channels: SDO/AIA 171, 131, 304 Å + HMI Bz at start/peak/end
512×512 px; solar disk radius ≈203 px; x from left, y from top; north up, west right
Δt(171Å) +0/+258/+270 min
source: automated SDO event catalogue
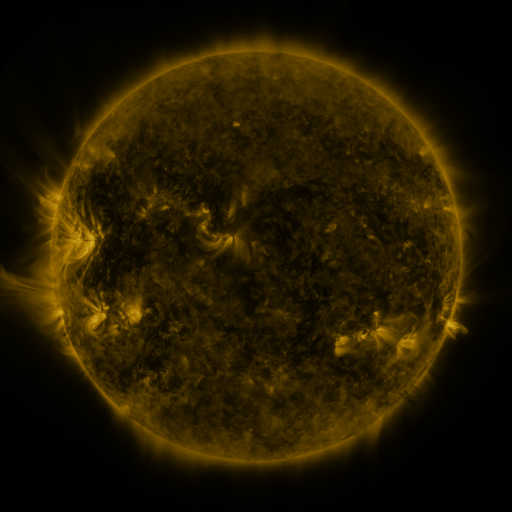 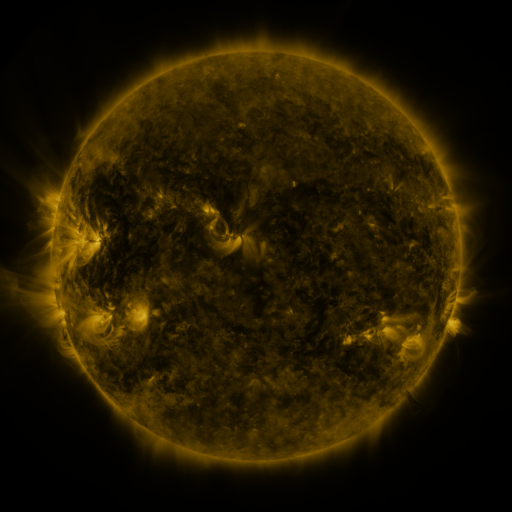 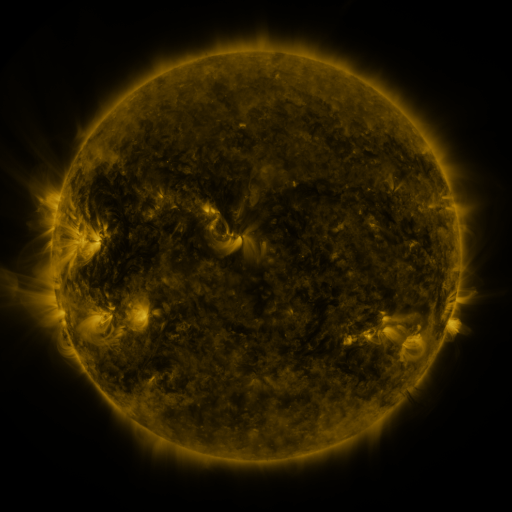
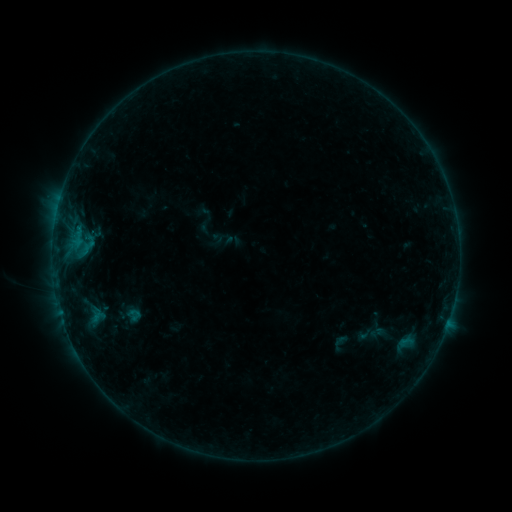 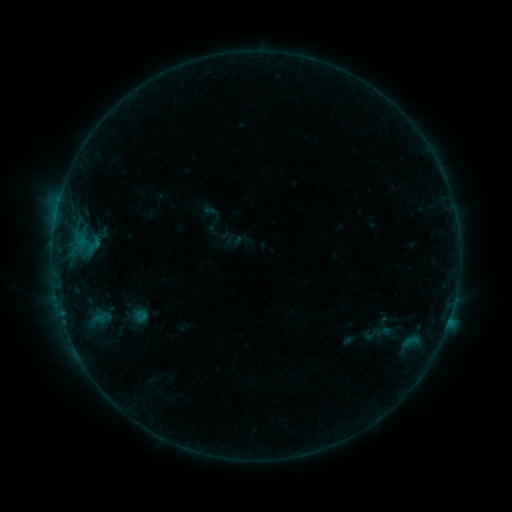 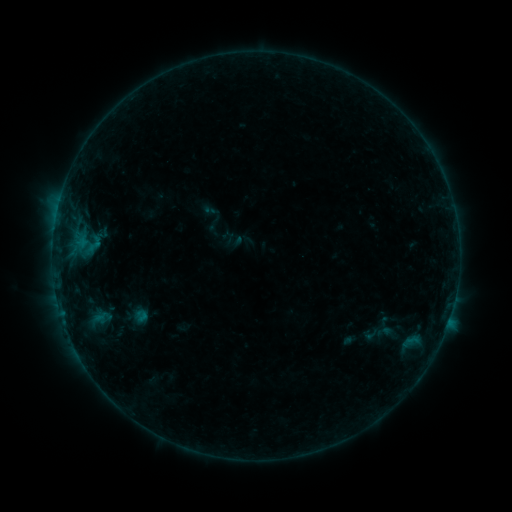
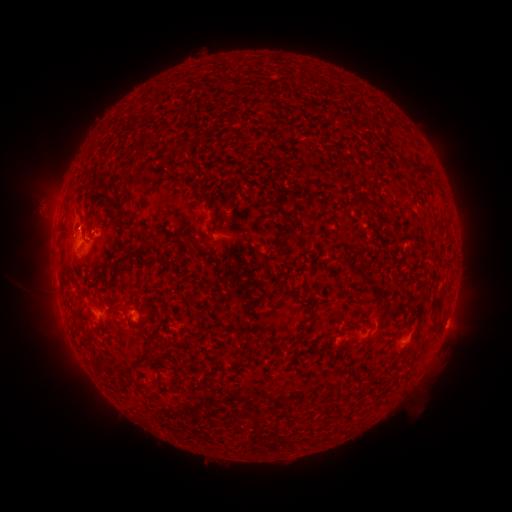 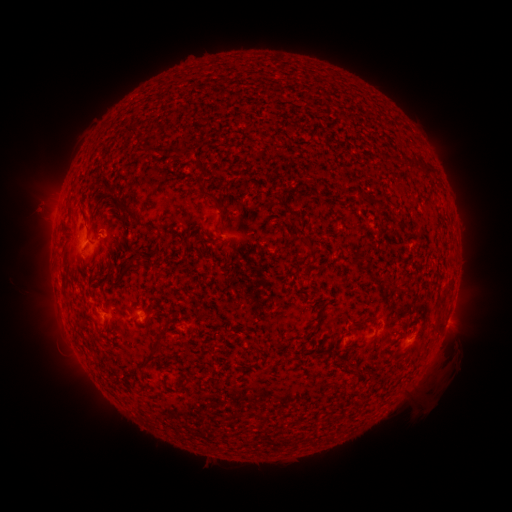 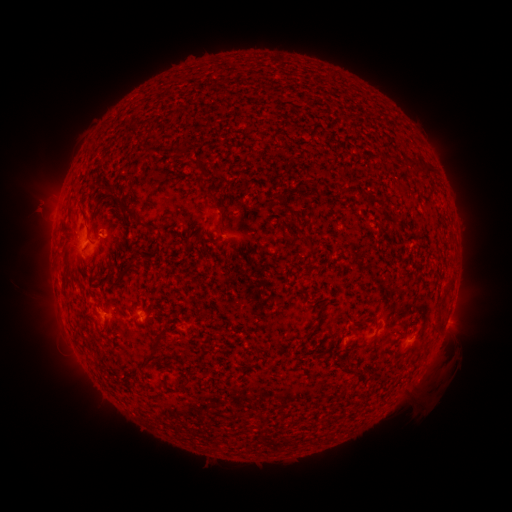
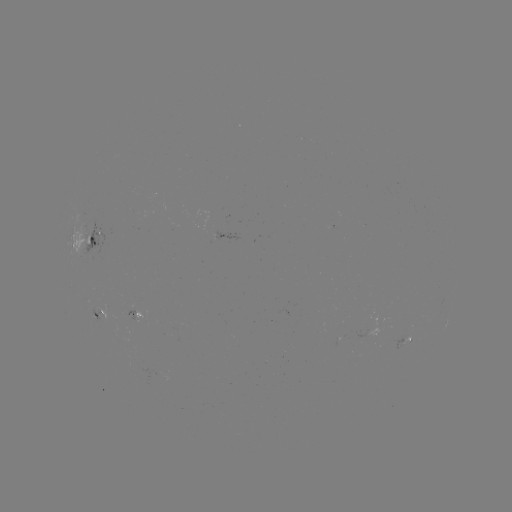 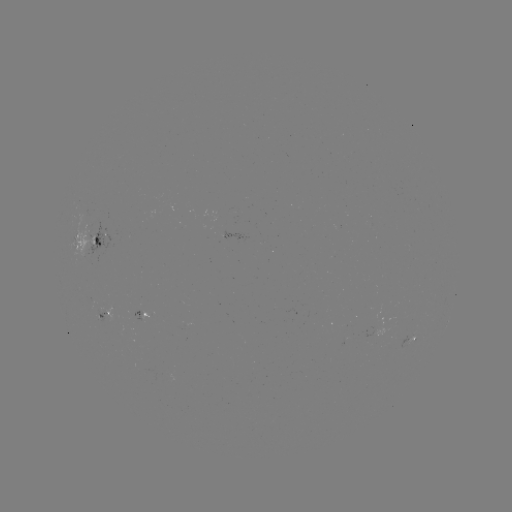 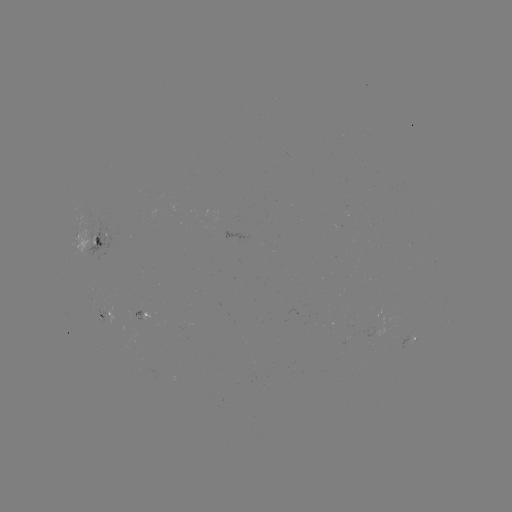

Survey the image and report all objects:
emerging-flux region: (88, 232)
